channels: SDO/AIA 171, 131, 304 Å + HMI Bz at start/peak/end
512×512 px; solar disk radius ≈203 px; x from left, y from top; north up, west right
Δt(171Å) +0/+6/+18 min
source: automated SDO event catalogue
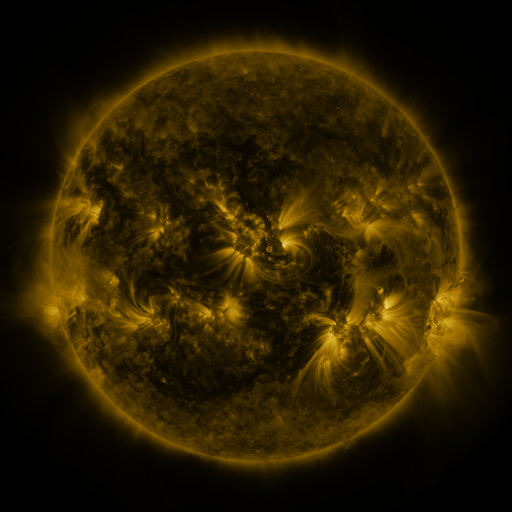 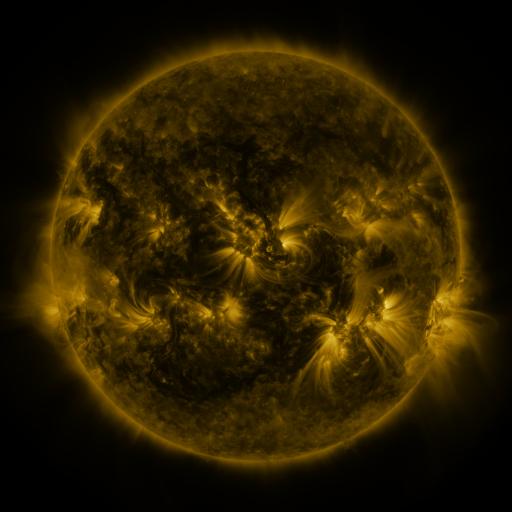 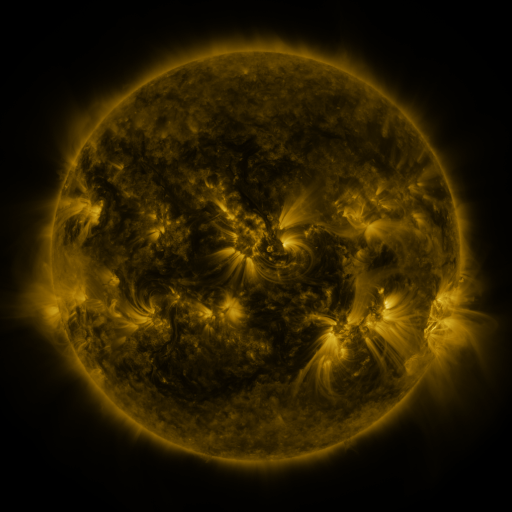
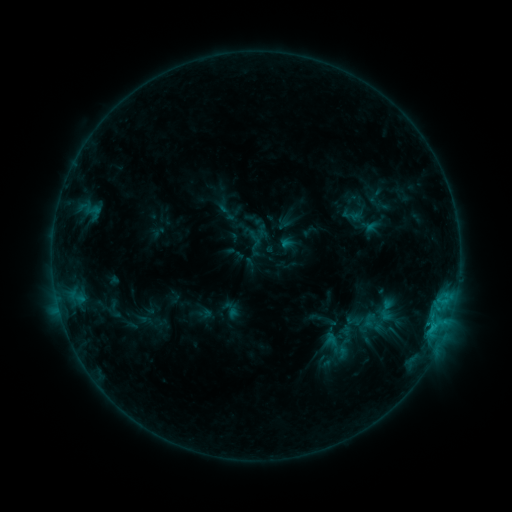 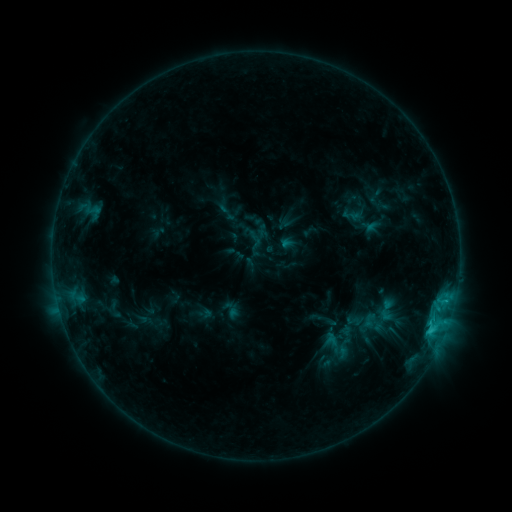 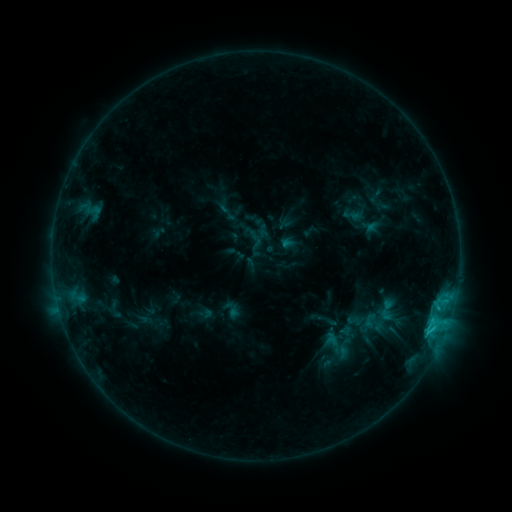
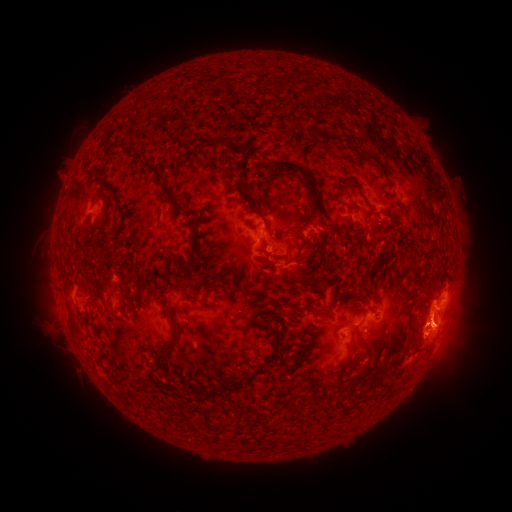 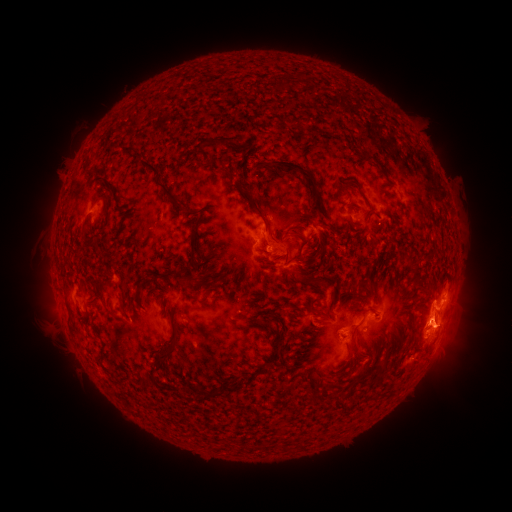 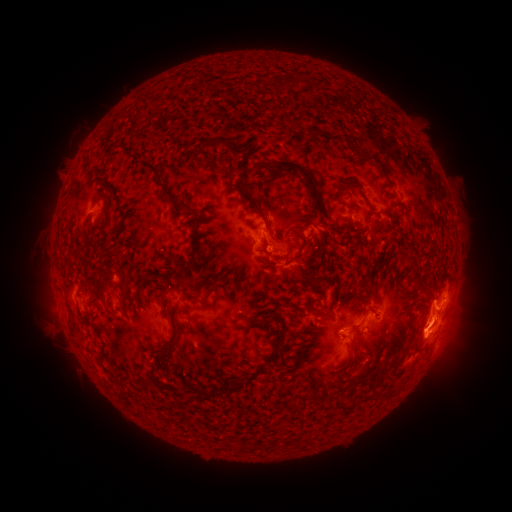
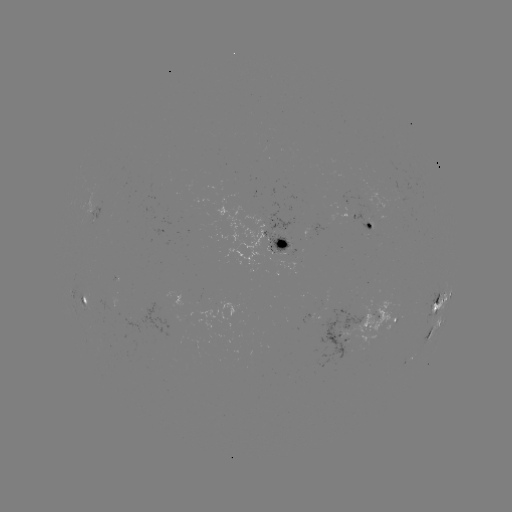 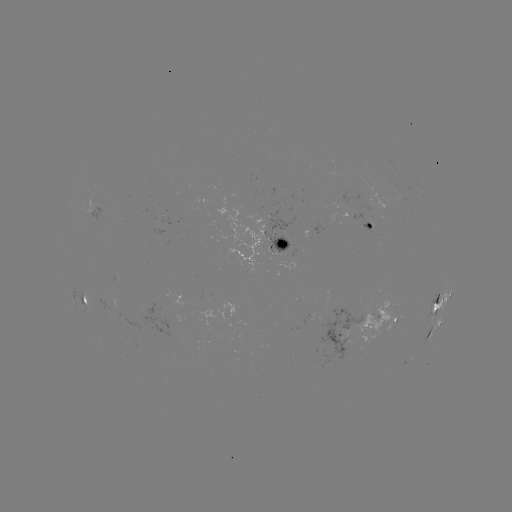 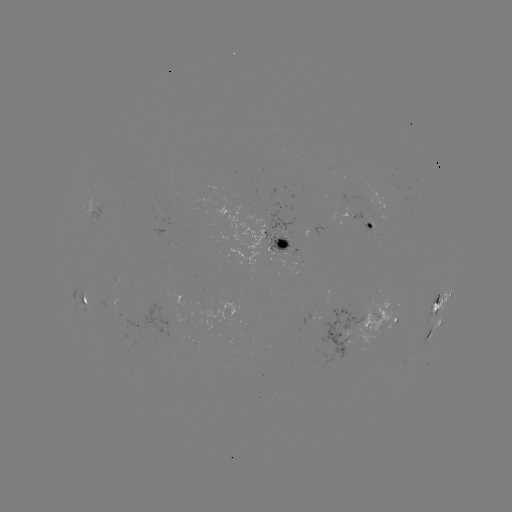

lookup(eruption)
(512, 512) (440, 282)